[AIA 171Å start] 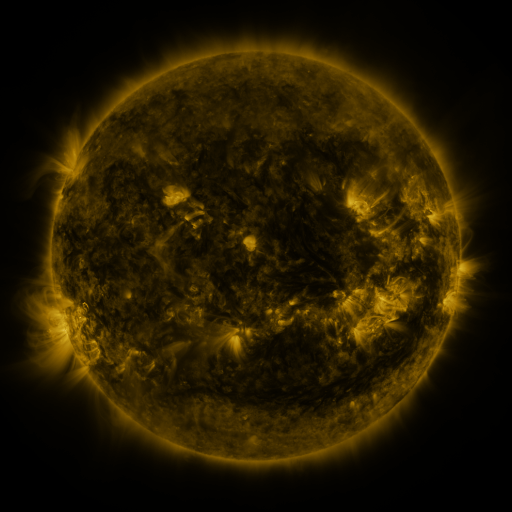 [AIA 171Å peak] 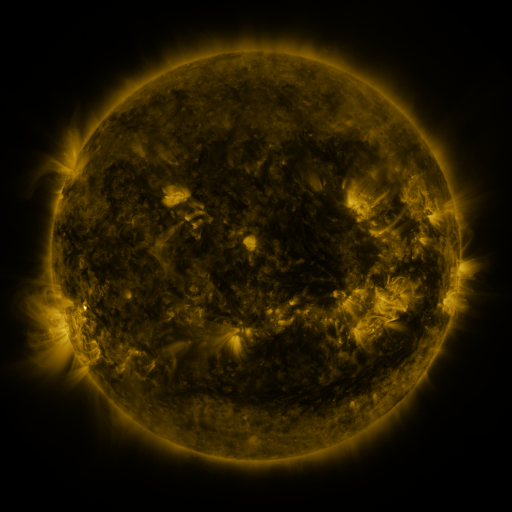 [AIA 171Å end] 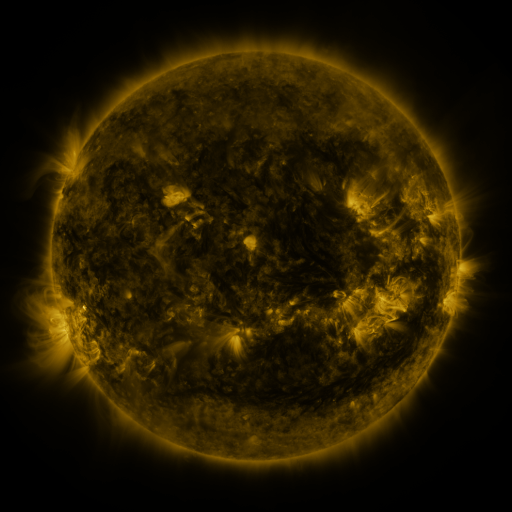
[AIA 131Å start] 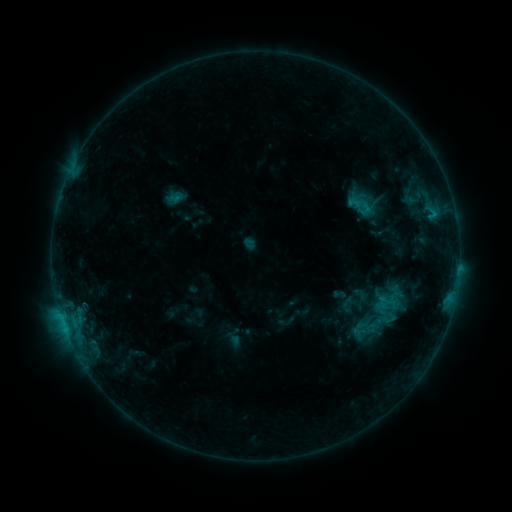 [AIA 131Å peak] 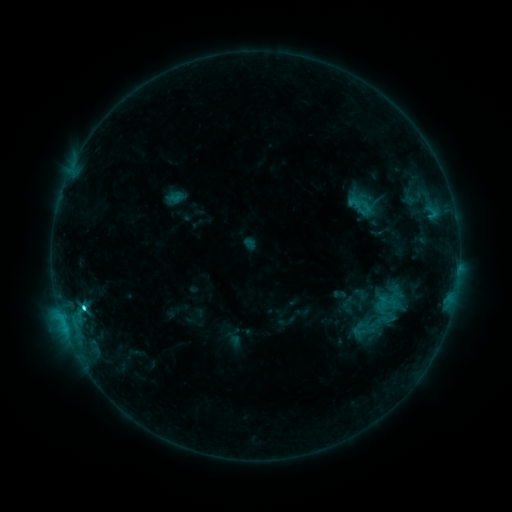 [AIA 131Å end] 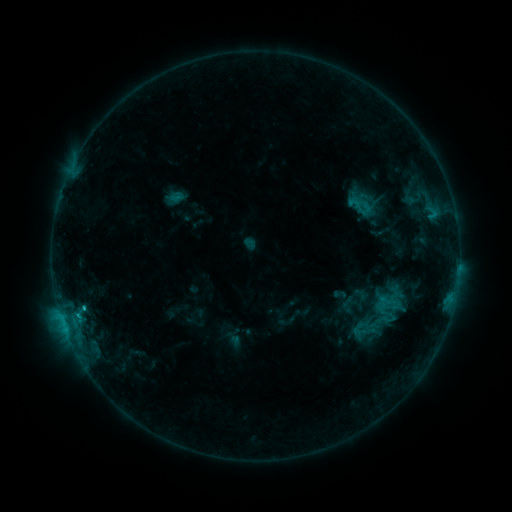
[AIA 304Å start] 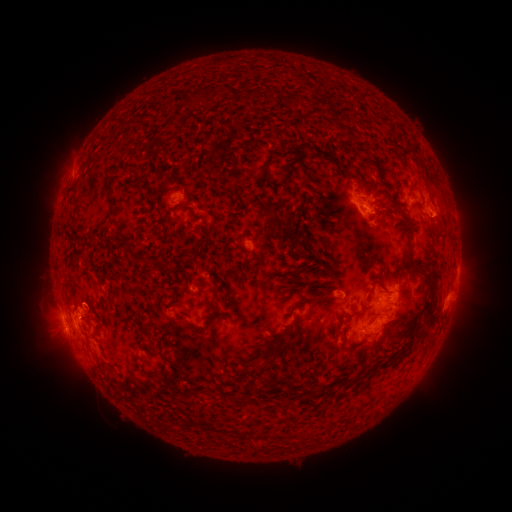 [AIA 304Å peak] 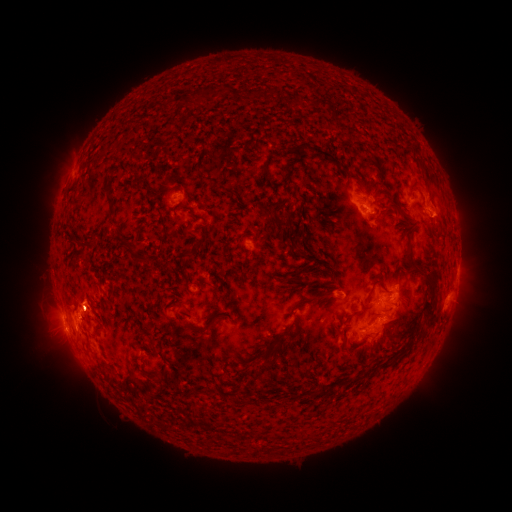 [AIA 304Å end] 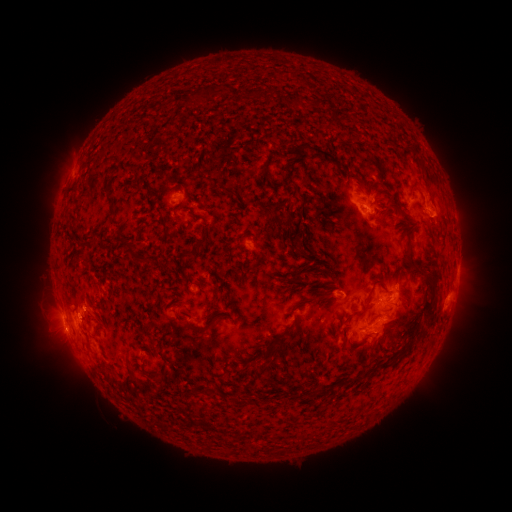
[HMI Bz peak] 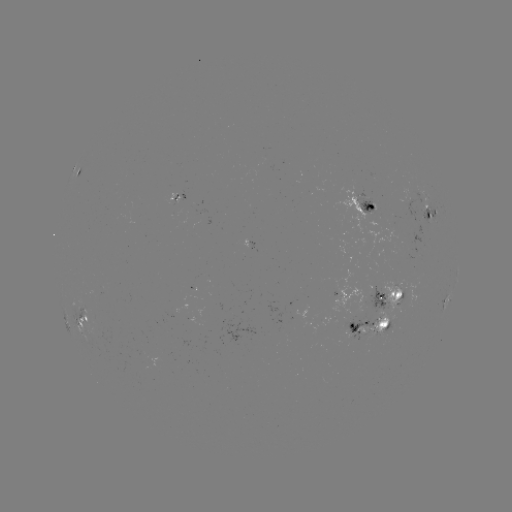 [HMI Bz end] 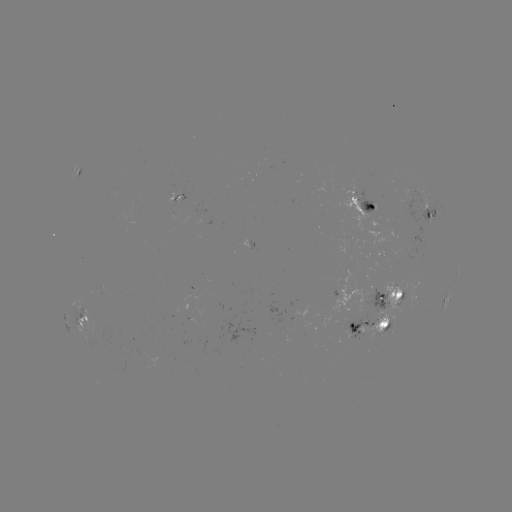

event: flare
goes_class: C2.3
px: (84, 306)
